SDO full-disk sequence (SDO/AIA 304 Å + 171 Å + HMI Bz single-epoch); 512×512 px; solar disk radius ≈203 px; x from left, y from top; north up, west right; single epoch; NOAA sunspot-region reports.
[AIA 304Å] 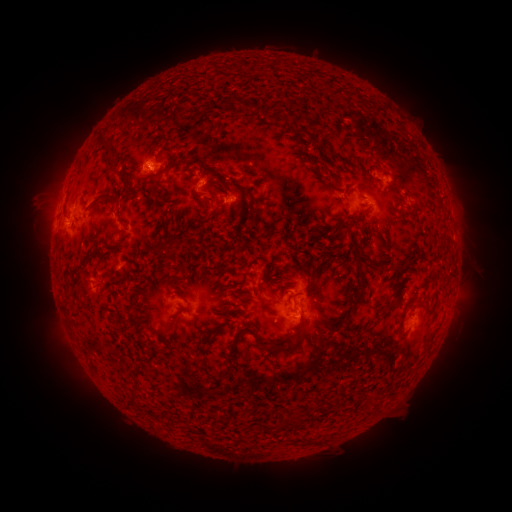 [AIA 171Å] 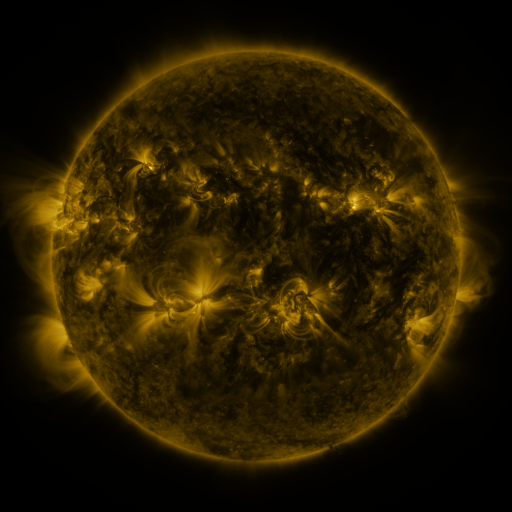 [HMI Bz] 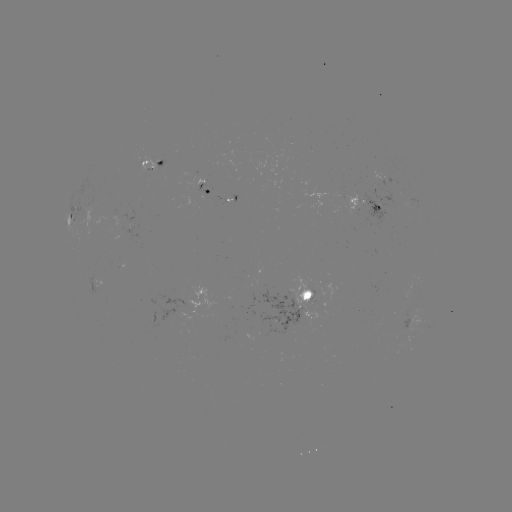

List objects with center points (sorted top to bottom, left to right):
spotted active region: (153, 163)
spotted active region: (377, 177)
spotted active region: (207, 189)
spotted active region: (365, 202)
spotted active region: (71, 219)
spotted active region: (101, 284)
spotted active region: (309, 295)
